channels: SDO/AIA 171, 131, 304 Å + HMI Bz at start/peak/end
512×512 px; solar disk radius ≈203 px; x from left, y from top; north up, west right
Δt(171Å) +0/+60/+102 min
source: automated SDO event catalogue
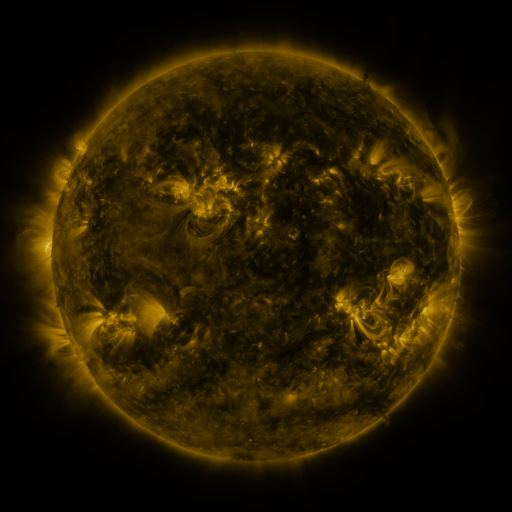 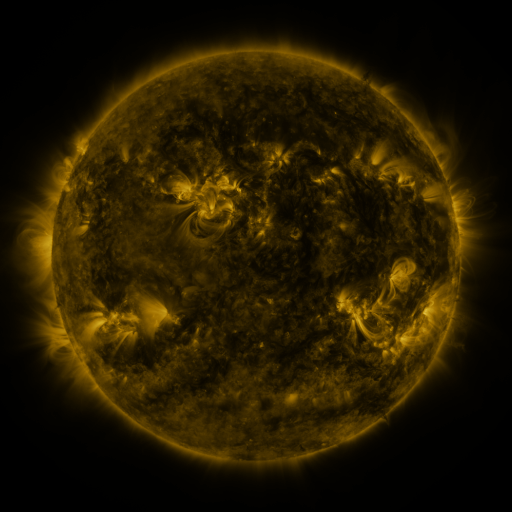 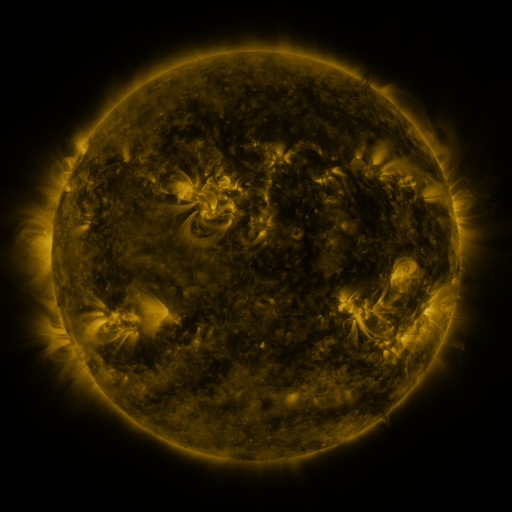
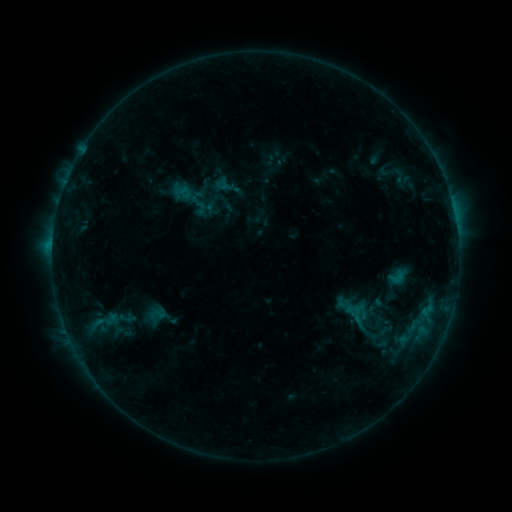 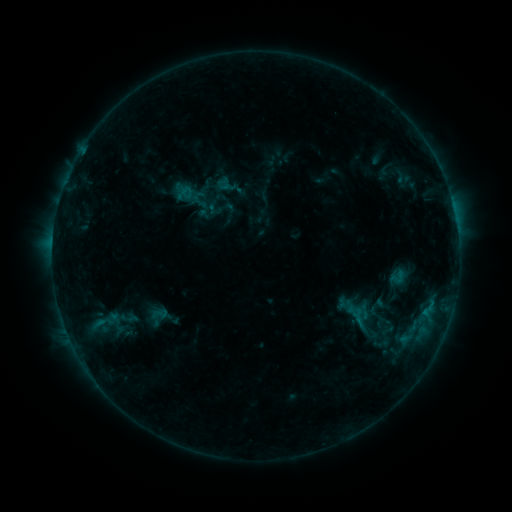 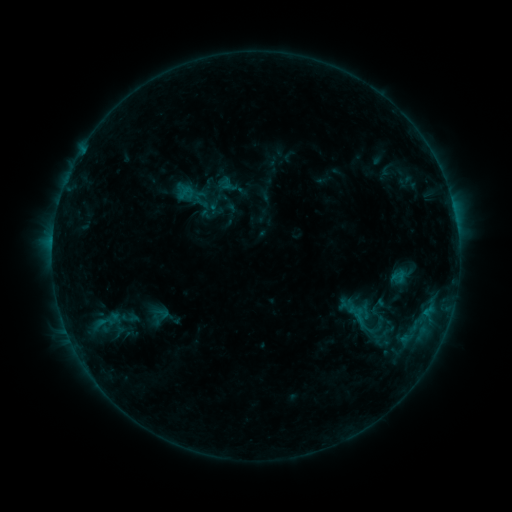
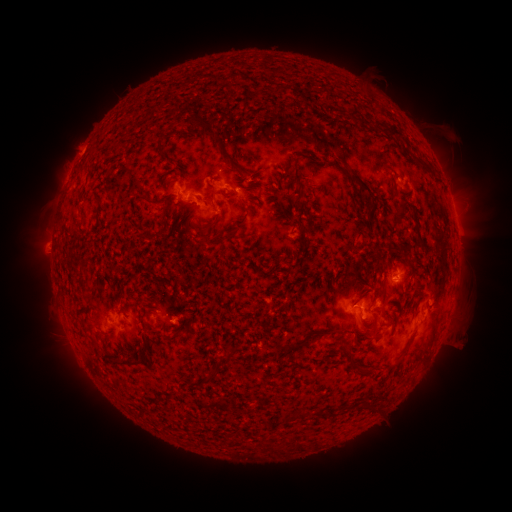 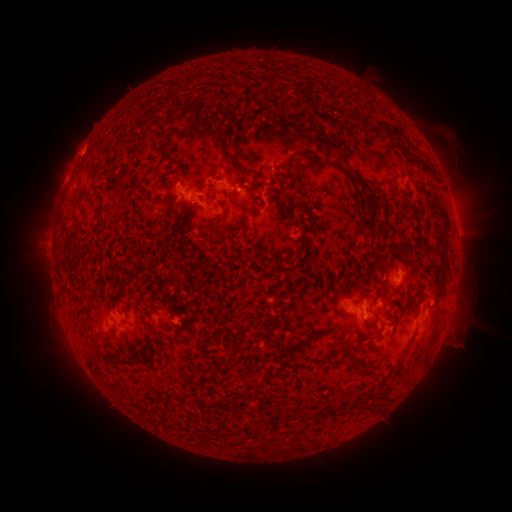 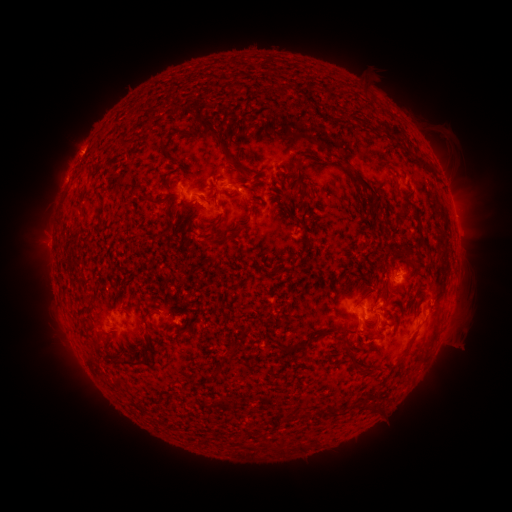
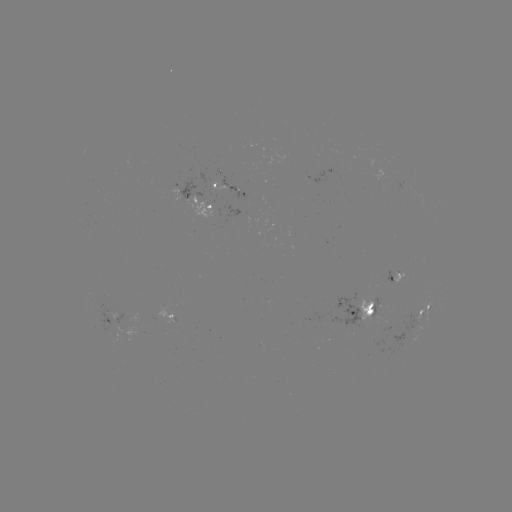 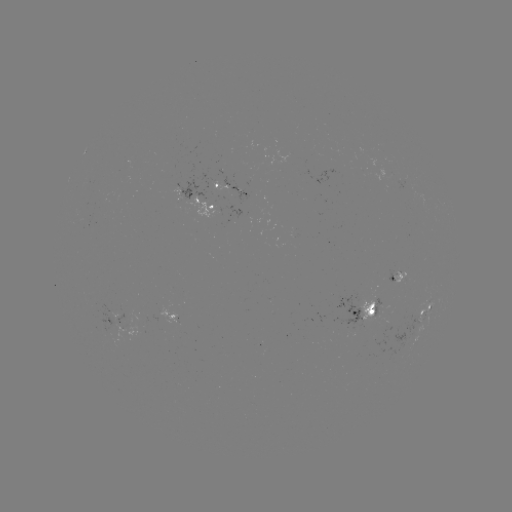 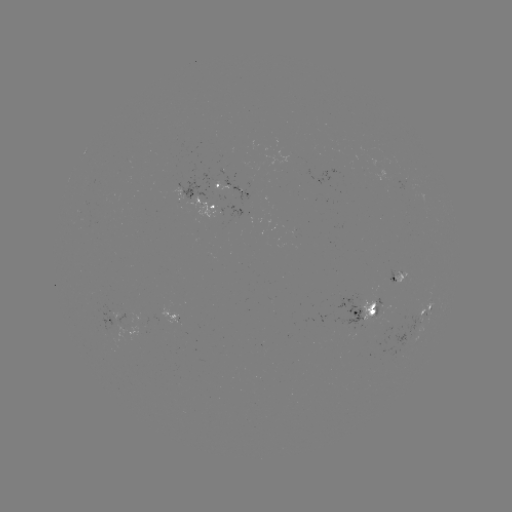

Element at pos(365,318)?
emerging-flux region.